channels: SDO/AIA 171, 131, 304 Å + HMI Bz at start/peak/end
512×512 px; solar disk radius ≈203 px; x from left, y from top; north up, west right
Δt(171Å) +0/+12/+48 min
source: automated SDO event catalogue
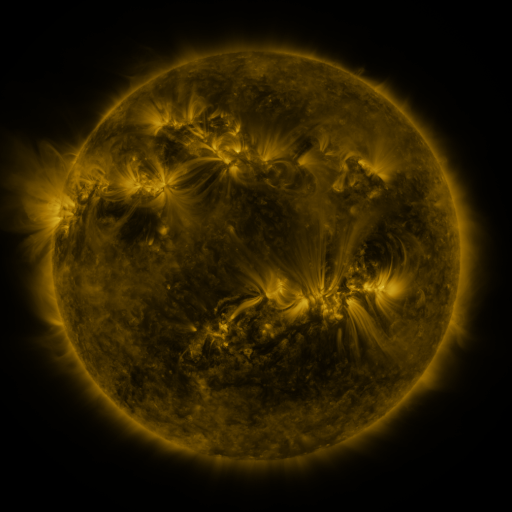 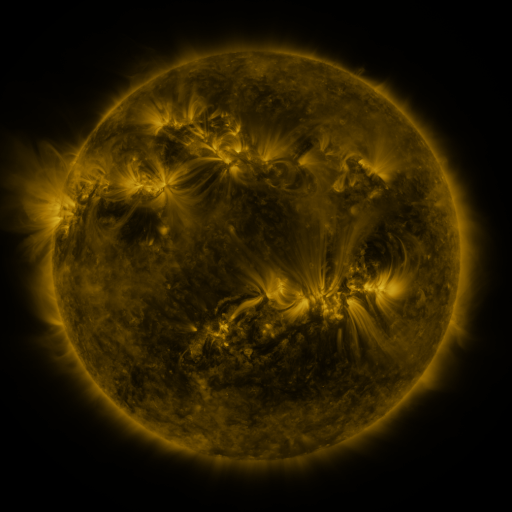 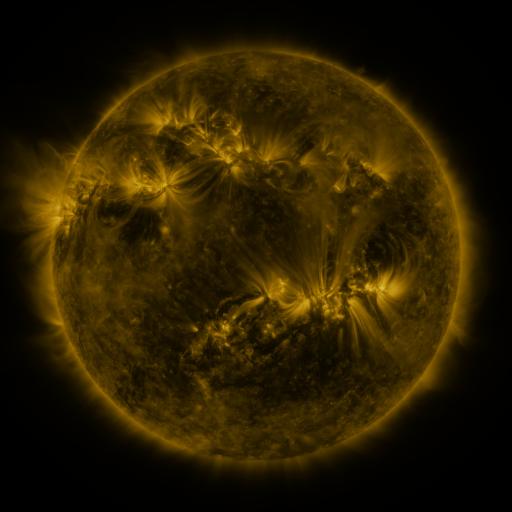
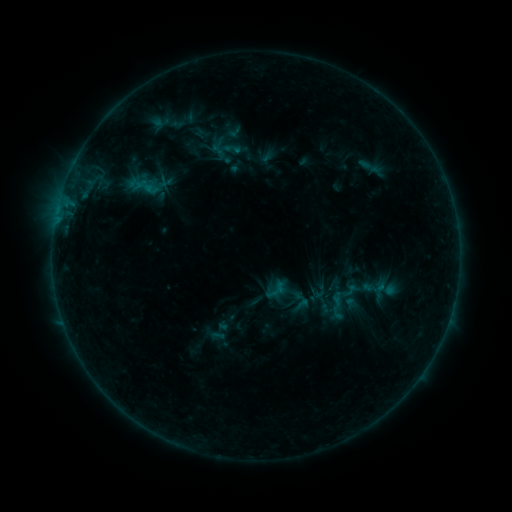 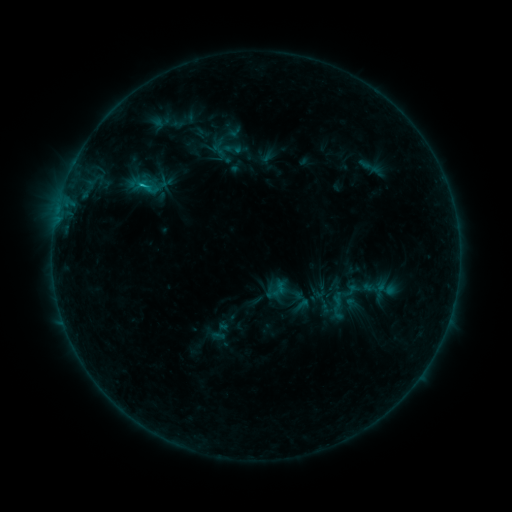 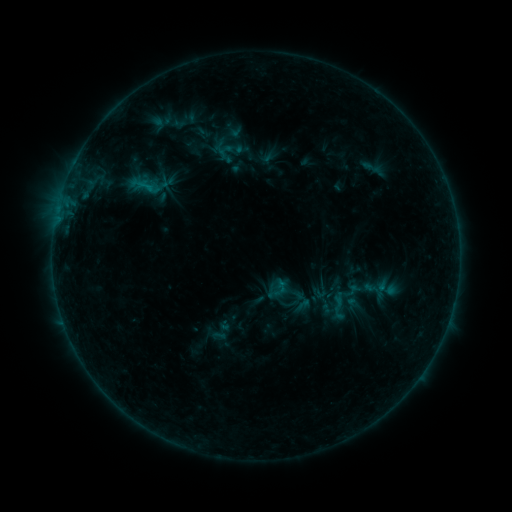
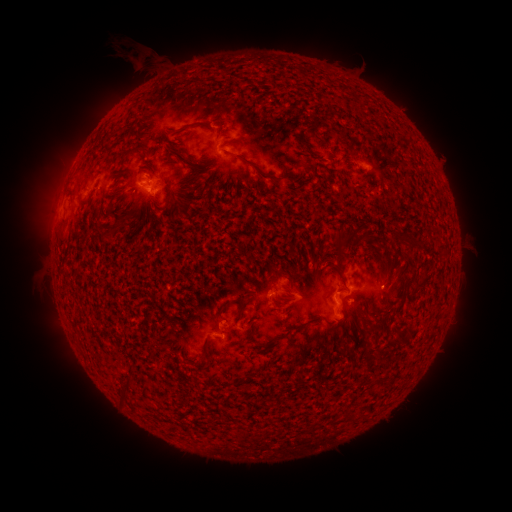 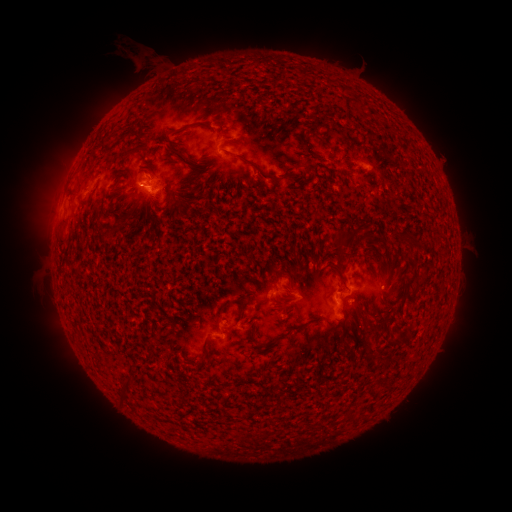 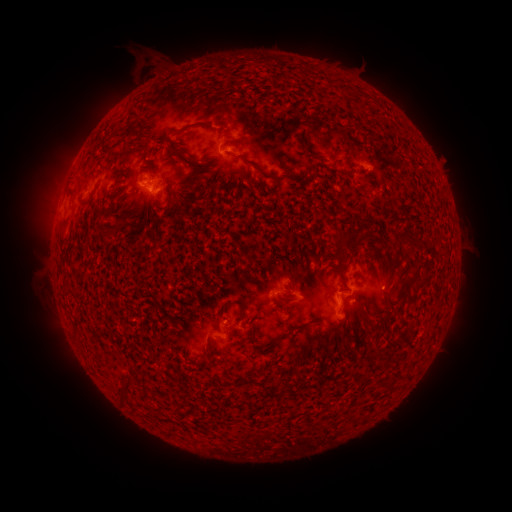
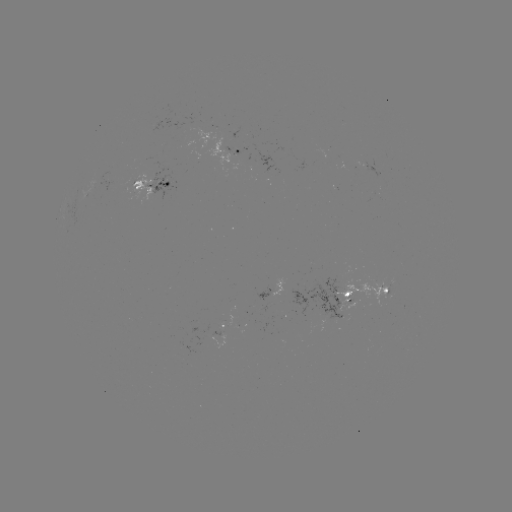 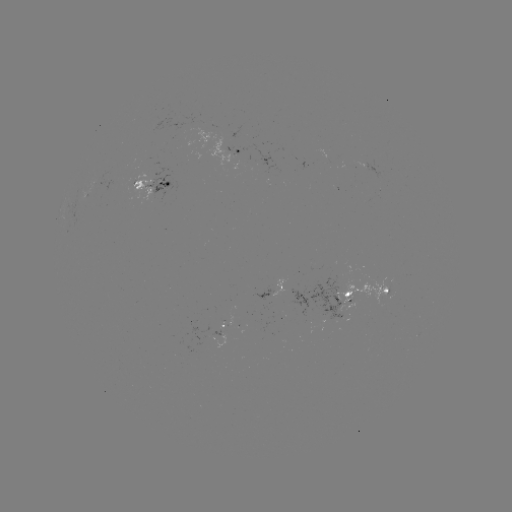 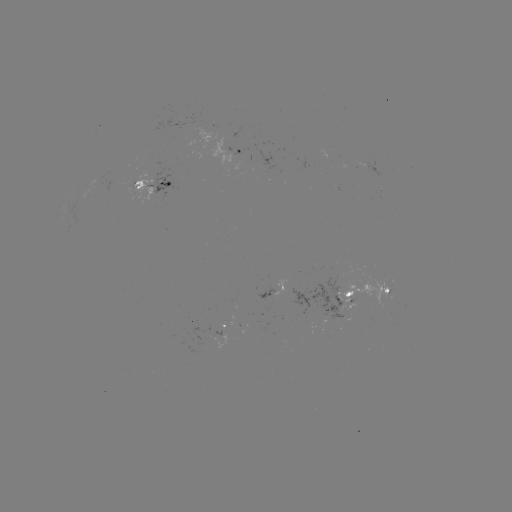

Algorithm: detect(emerging-flux region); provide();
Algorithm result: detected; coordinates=(332, 303)